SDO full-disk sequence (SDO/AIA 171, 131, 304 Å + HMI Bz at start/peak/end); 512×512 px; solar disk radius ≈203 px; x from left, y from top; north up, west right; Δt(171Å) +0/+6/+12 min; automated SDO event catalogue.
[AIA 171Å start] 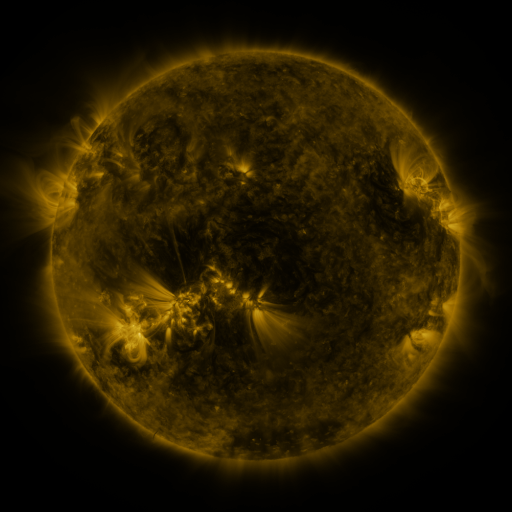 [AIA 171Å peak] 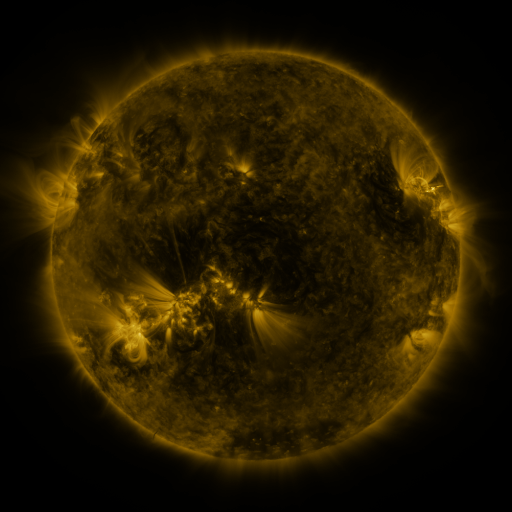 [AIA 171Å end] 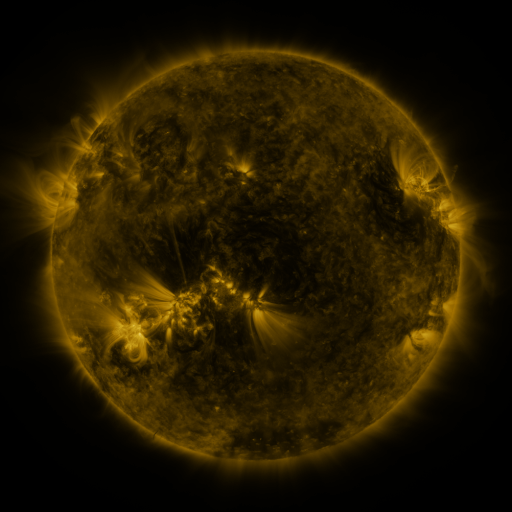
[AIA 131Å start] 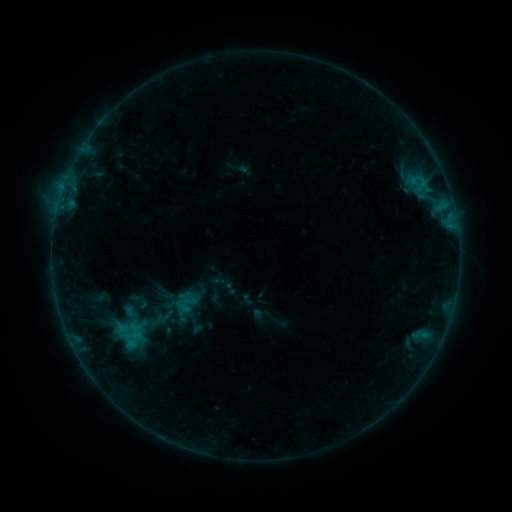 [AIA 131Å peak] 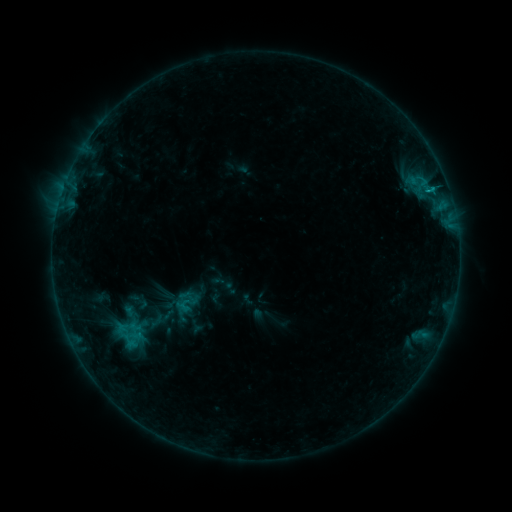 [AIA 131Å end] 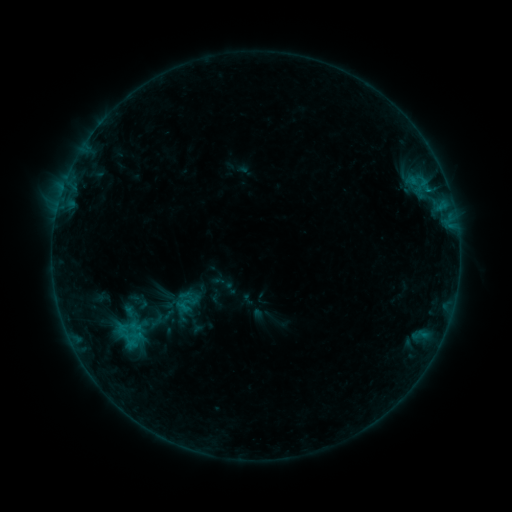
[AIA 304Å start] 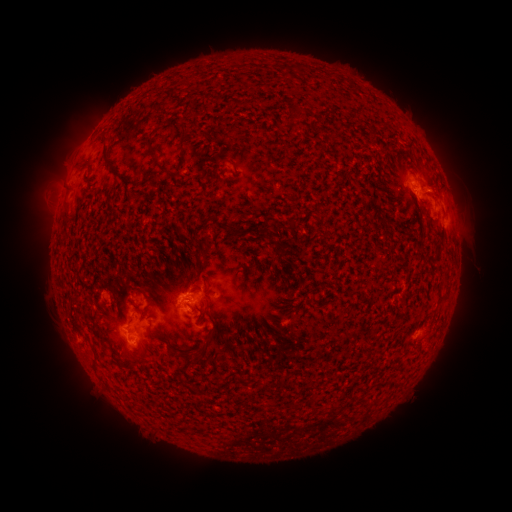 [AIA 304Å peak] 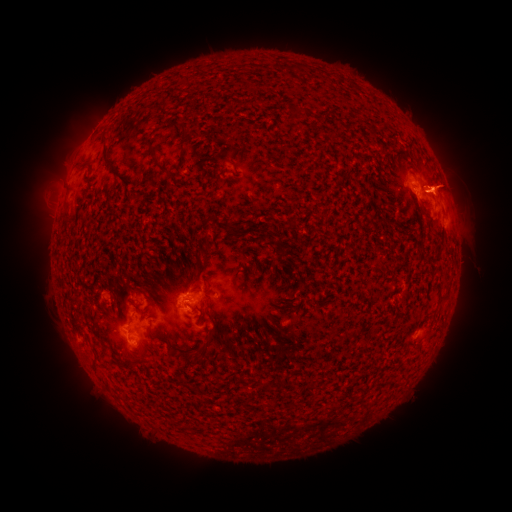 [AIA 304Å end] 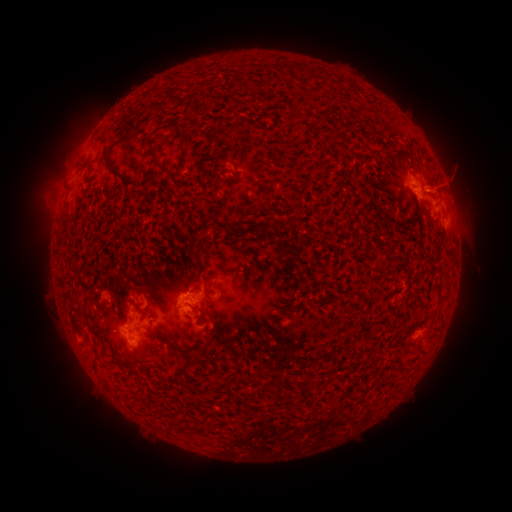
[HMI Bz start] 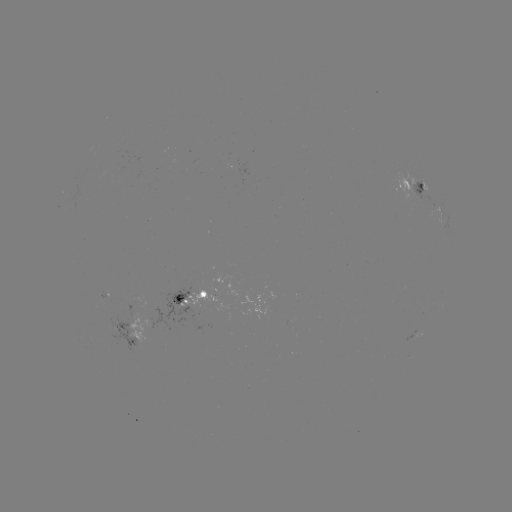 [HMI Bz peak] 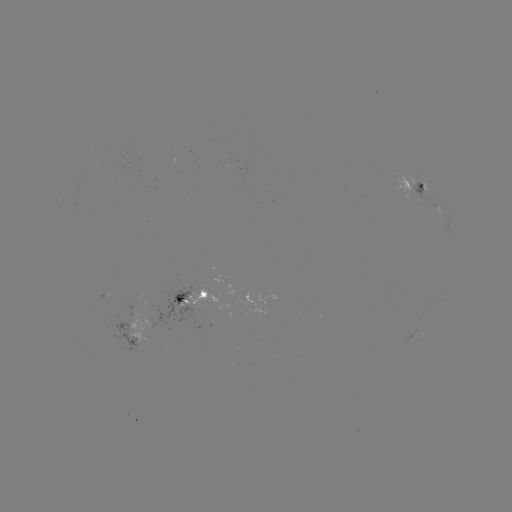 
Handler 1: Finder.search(B6.2 flare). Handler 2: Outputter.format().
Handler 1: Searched B6.2 flare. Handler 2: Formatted [430, 192].